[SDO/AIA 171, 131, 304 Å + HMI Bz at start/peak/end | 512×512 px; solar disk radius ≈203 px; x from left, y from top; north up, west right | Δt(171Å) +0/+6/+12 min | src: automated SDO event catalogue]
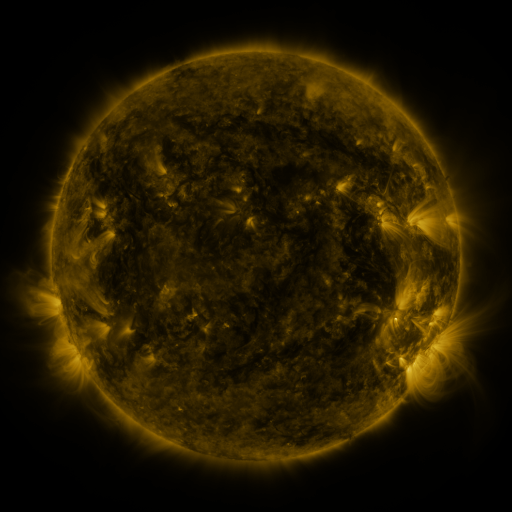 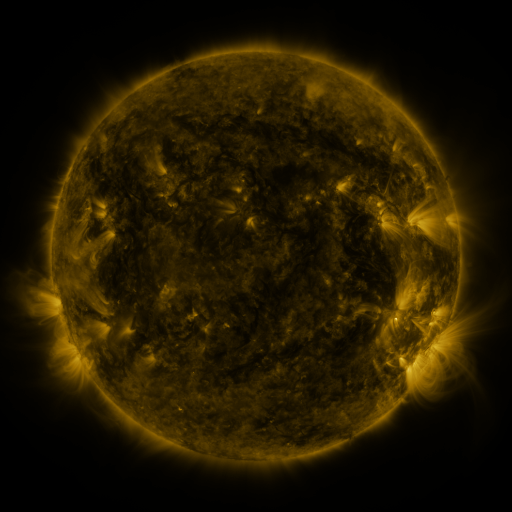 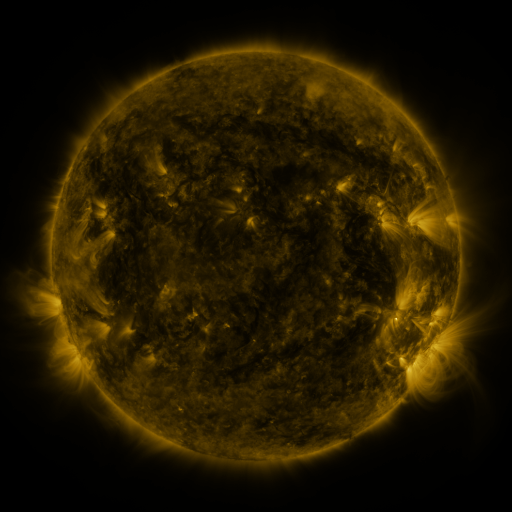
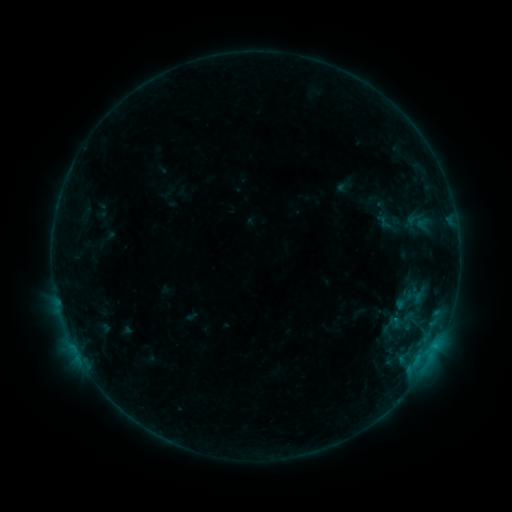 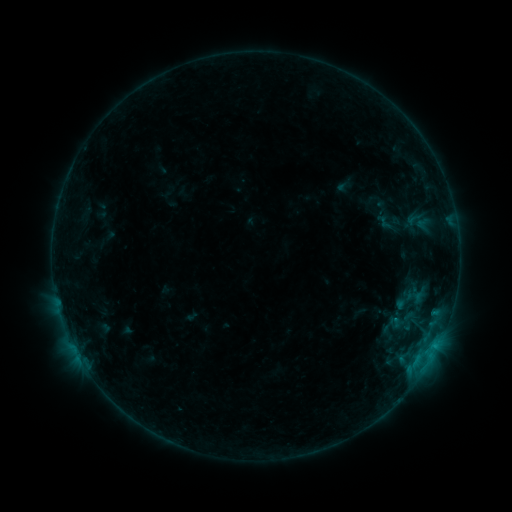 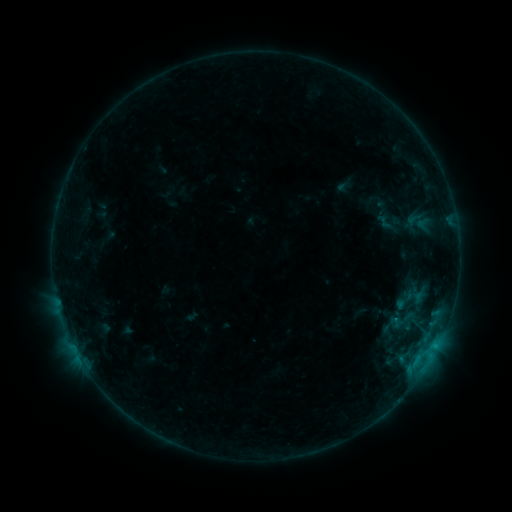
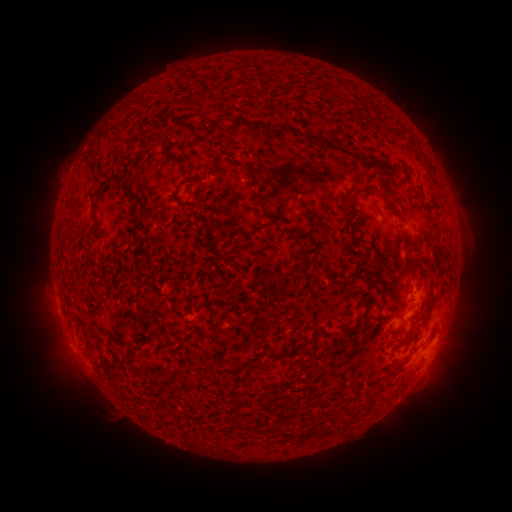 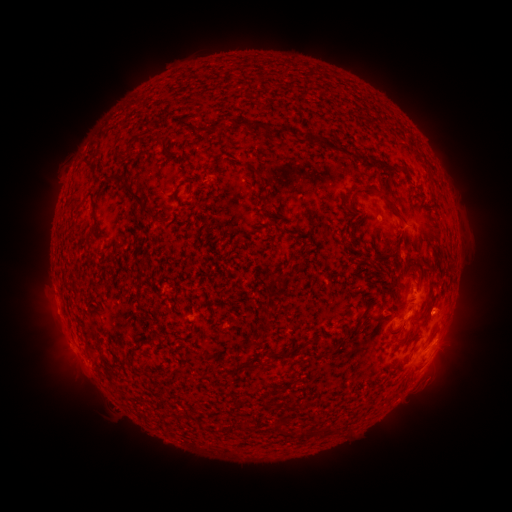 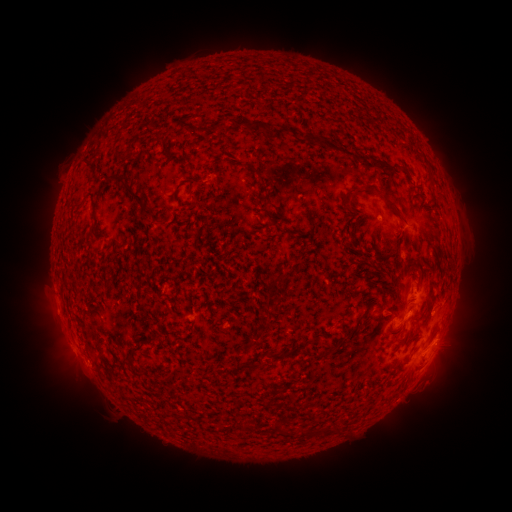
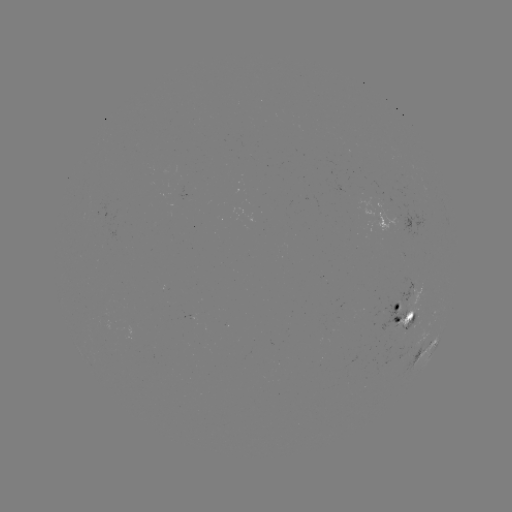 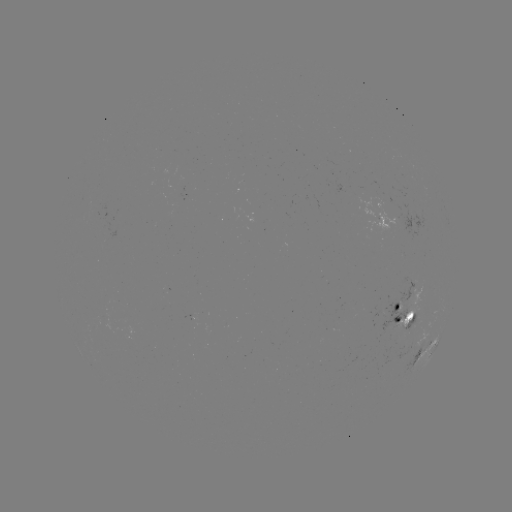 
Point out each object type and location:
eruption: (448, 305)
